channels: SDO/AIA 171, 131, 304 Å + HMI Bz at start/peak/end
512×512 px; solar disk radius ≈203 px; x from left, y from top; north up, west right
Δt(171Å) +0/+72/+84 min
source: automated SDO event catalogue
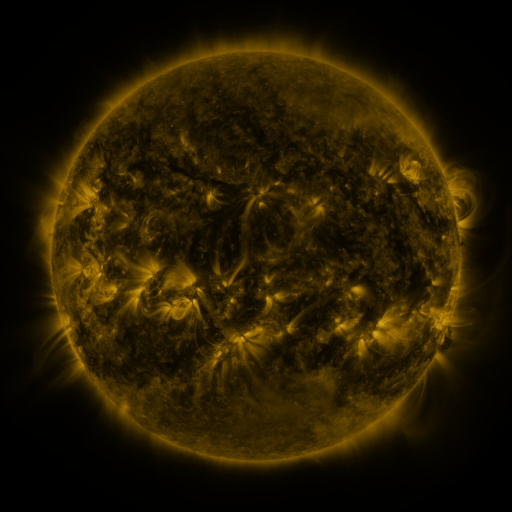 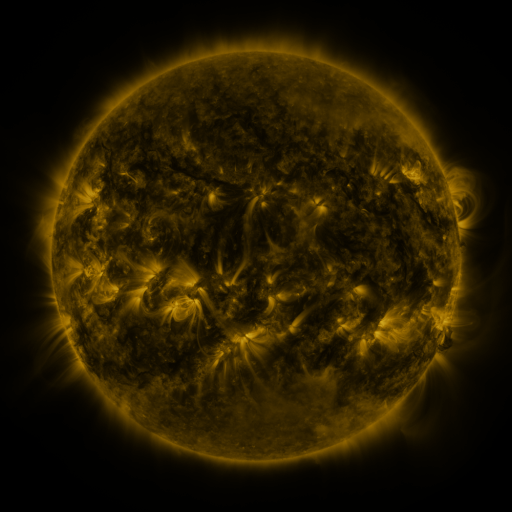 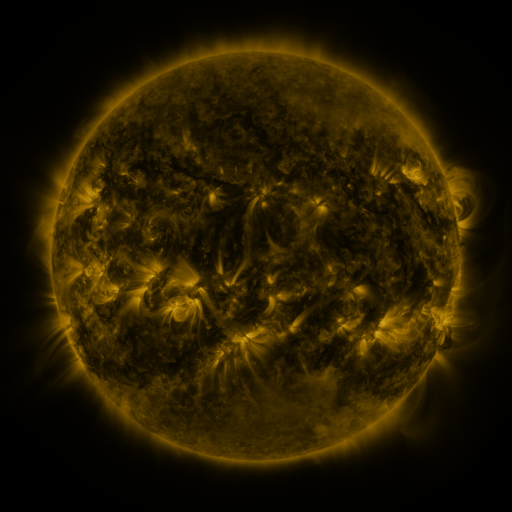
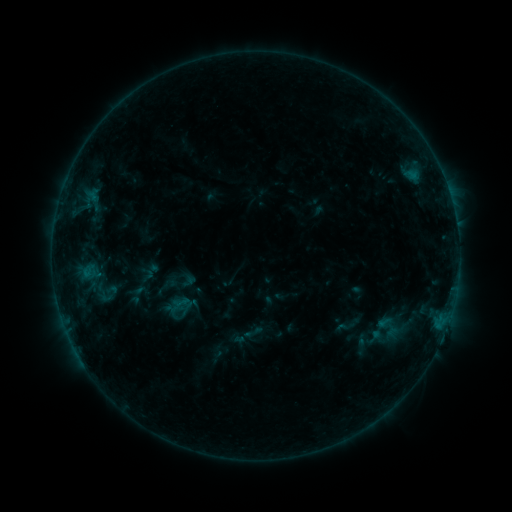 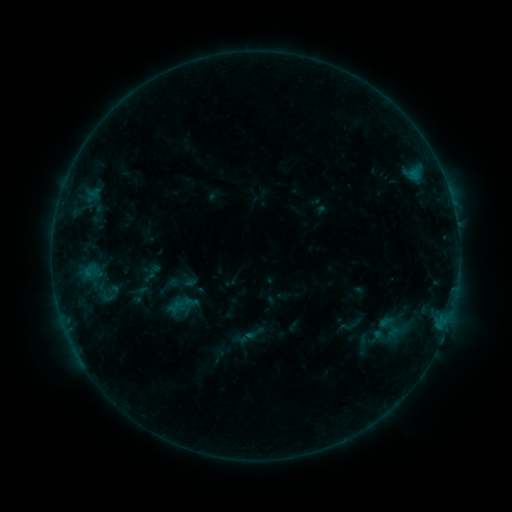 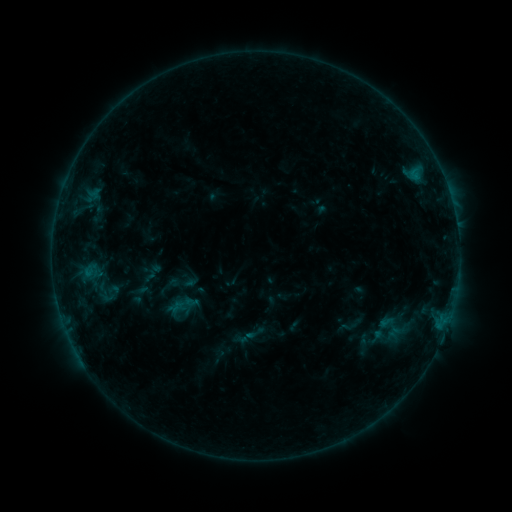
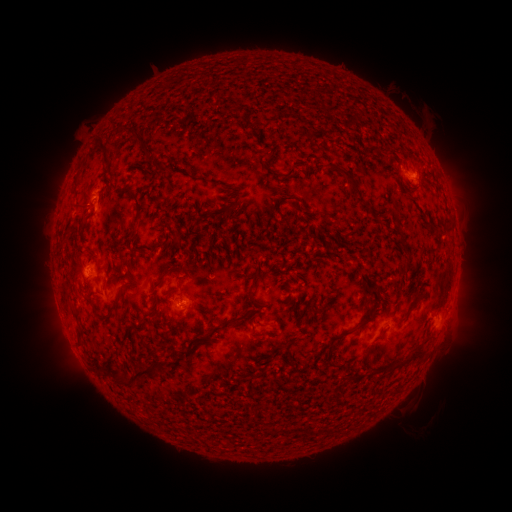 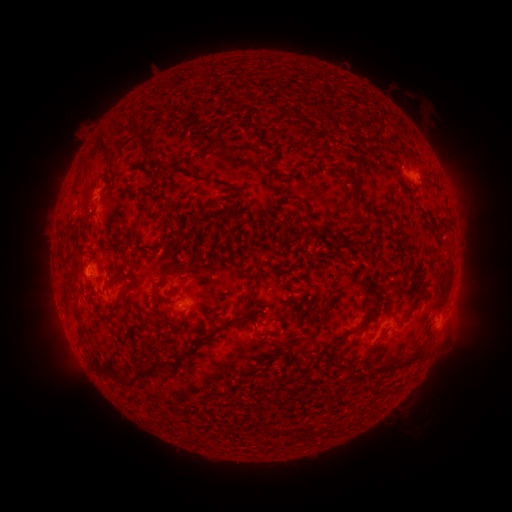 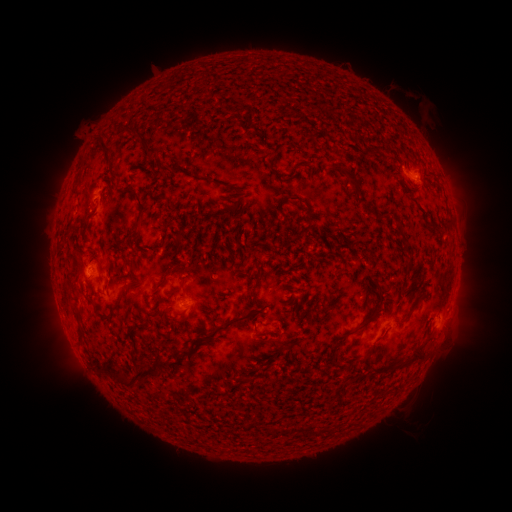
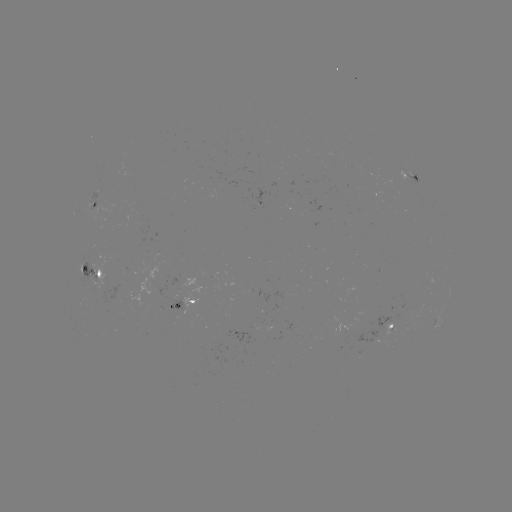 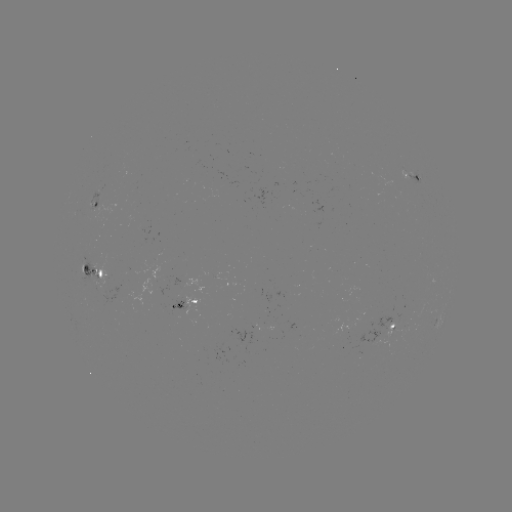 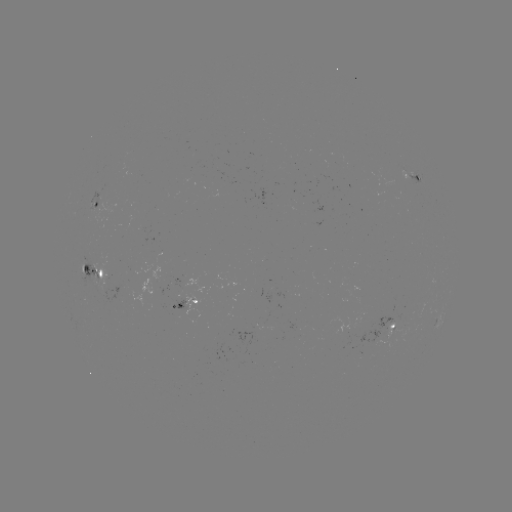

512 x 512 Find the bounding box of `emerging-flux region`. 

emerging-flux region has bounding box [396, 167, 410, 180].